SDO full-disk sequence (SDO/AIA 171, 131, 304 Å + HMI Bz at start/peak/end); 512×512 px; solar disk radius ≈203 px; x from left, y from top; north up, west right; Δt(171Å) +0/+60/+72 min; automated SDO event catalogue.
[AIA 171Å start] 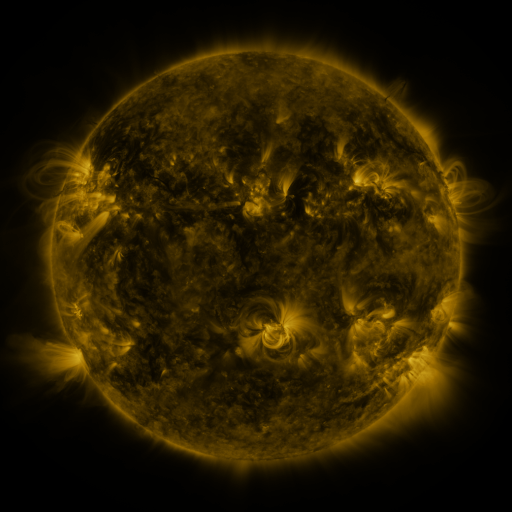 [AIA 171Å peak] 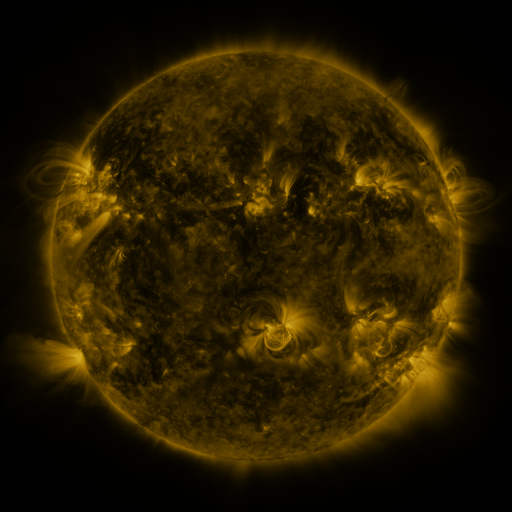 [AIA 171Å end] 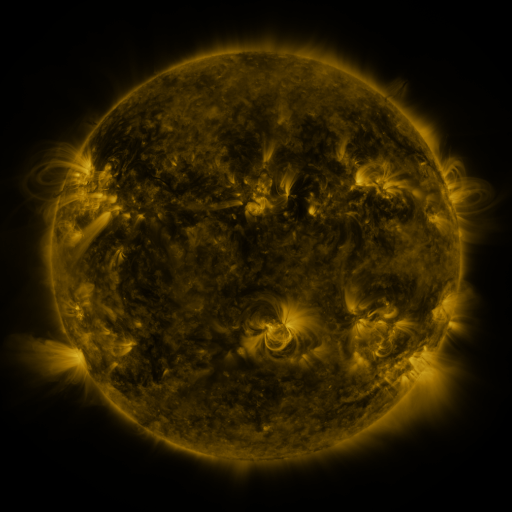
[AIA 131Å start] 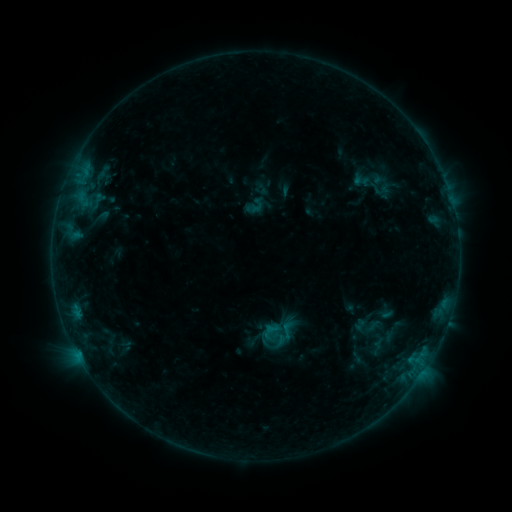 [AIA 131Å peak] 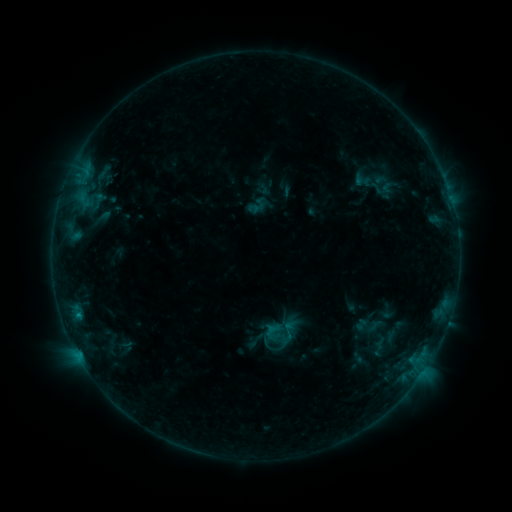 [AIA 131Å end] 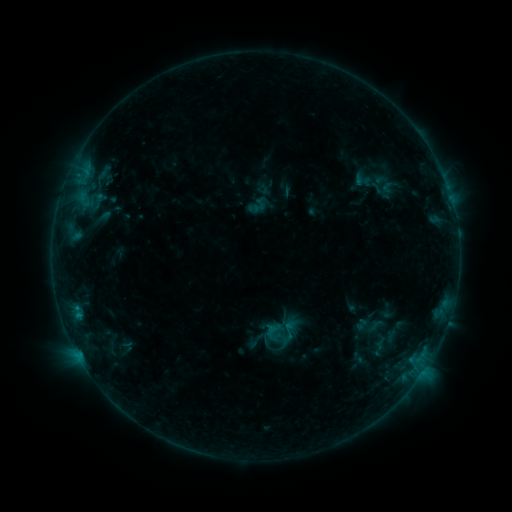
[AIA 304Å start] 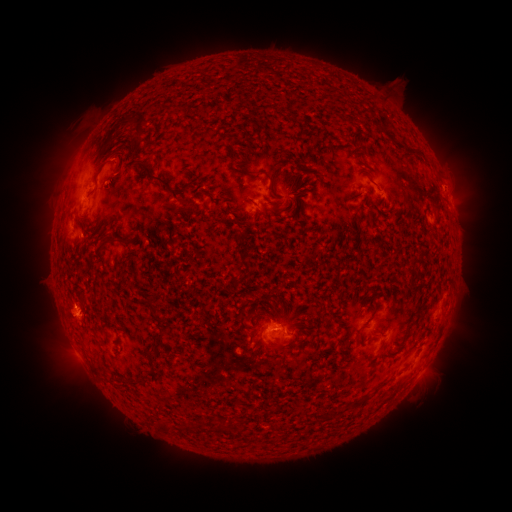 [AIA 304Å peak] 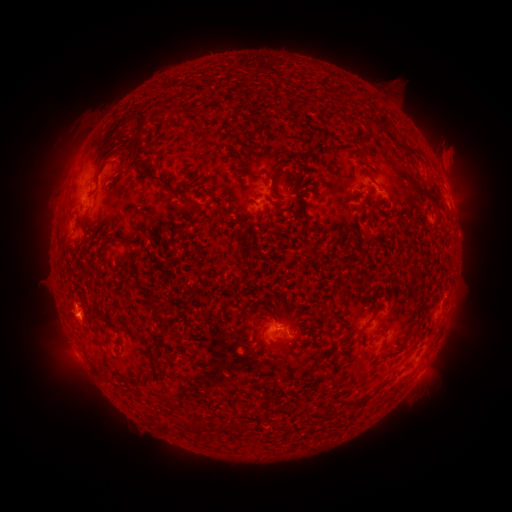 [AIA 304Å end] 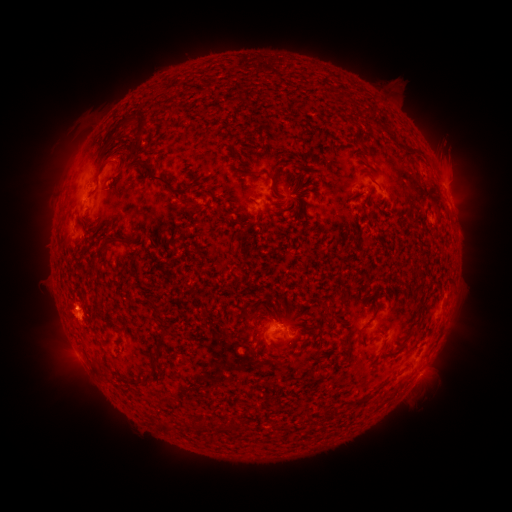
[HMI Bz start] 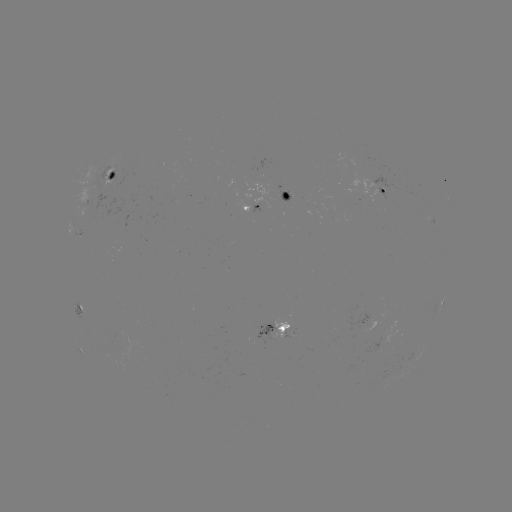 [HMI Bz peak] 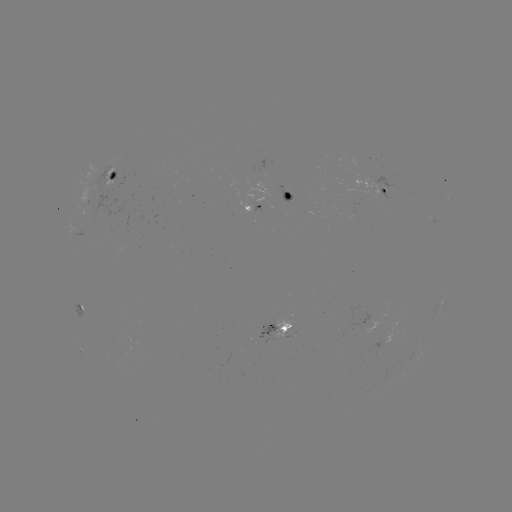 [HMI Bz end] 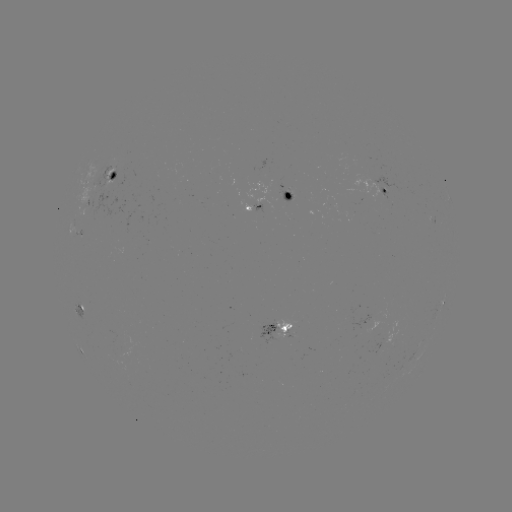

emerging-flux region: [105, 170, 128, 188]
